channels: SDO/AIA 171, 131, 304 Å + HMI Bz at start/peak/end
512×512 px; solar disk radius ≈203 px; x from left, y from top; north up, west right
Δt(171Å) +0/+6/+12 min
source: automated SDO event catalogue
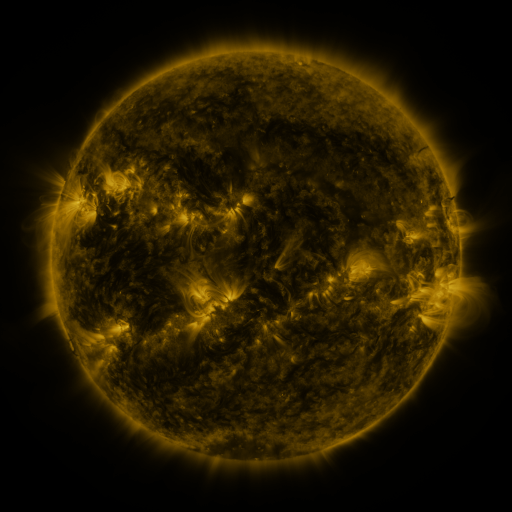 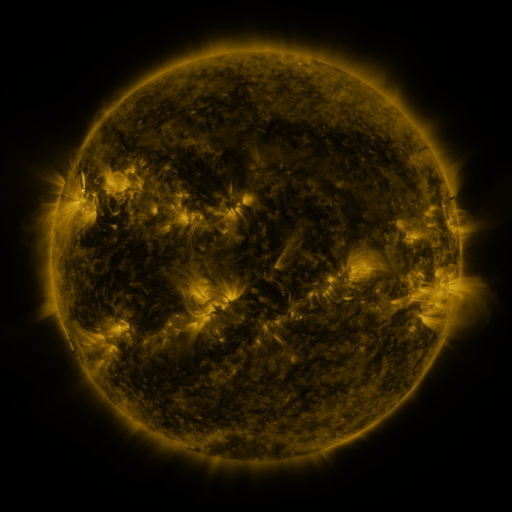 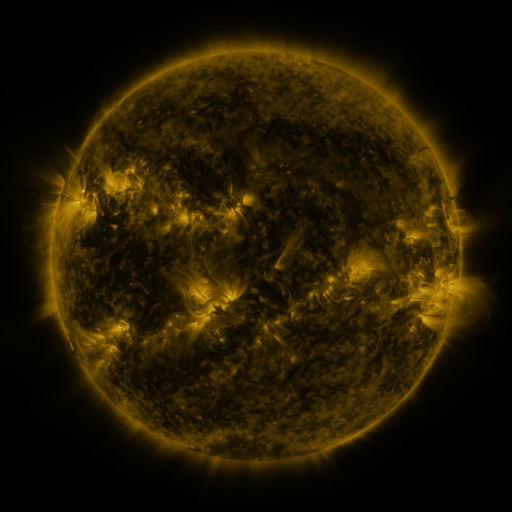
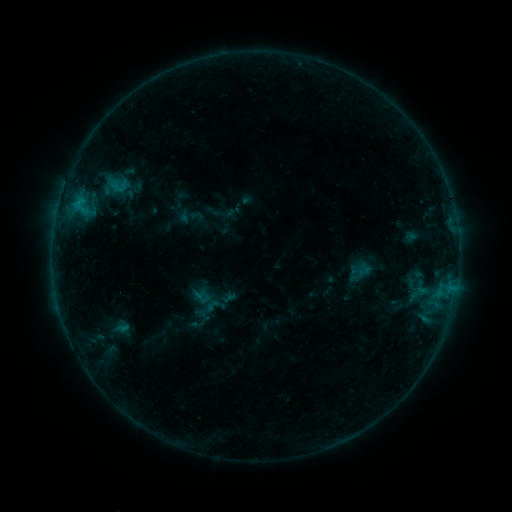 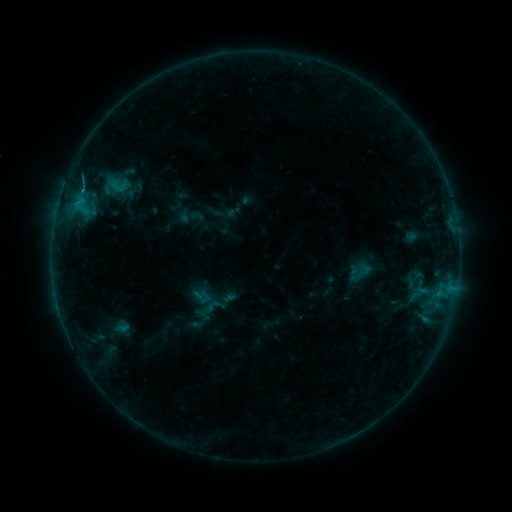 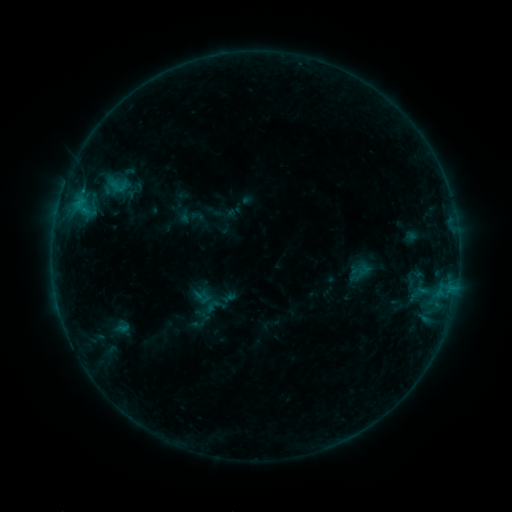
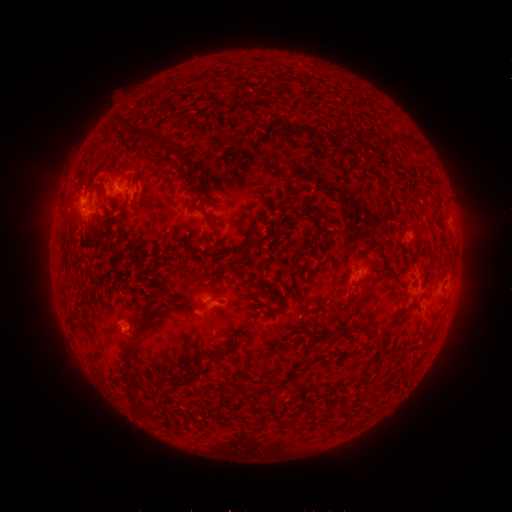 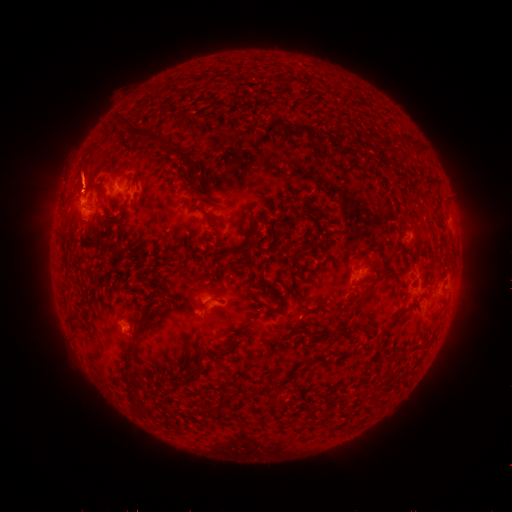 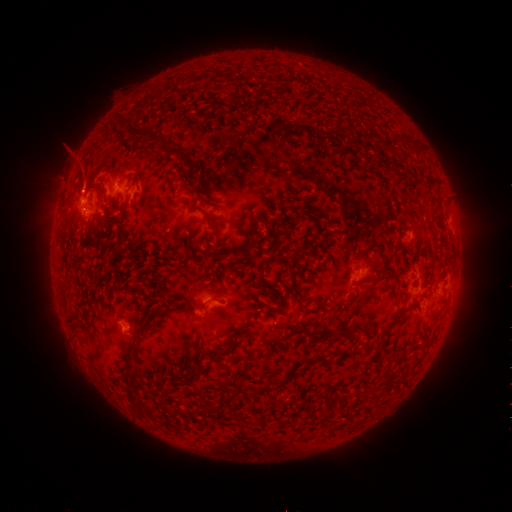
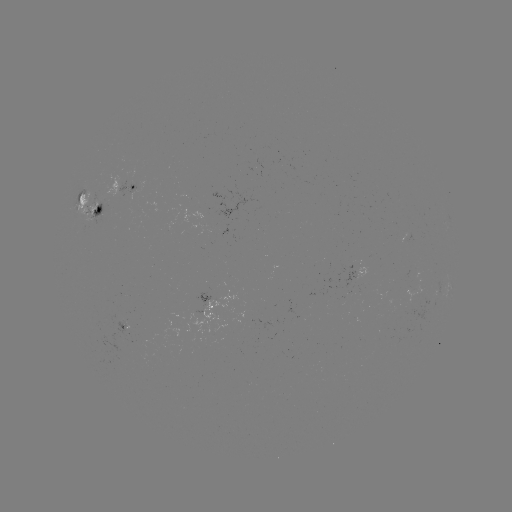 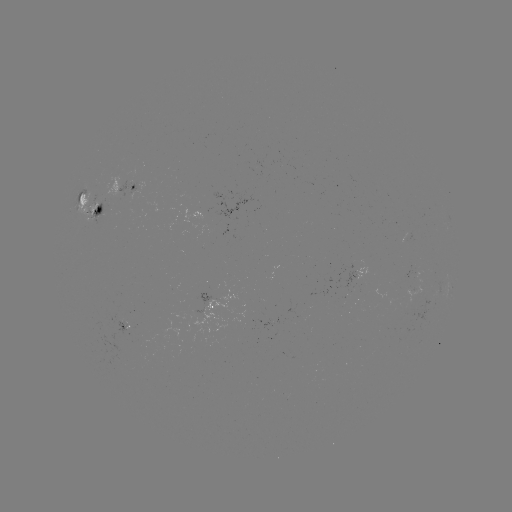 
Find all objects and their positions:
eruption: (84, 177)
